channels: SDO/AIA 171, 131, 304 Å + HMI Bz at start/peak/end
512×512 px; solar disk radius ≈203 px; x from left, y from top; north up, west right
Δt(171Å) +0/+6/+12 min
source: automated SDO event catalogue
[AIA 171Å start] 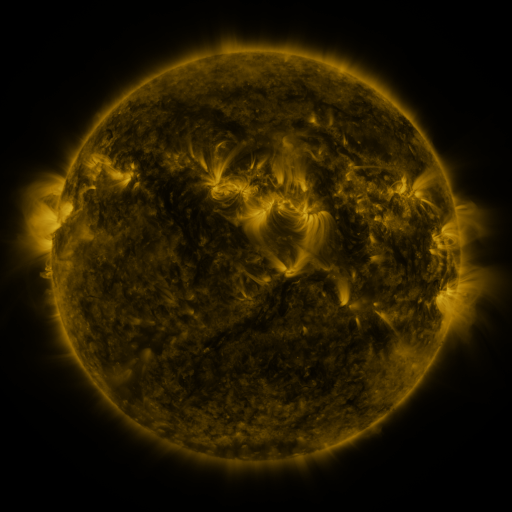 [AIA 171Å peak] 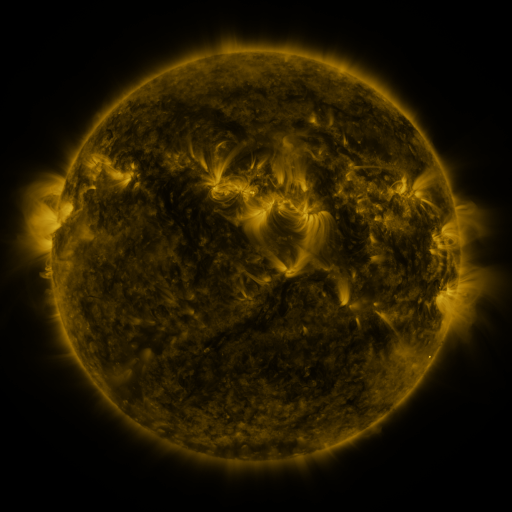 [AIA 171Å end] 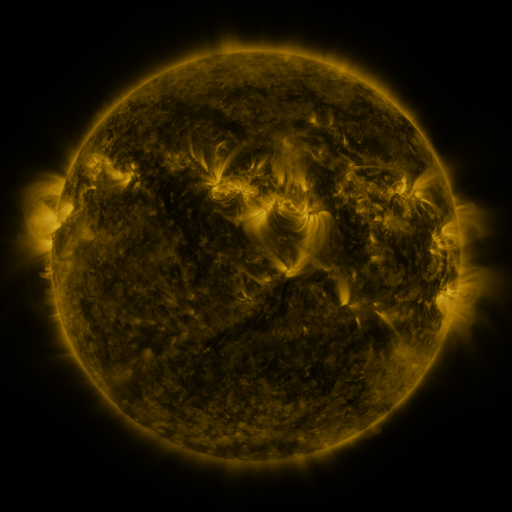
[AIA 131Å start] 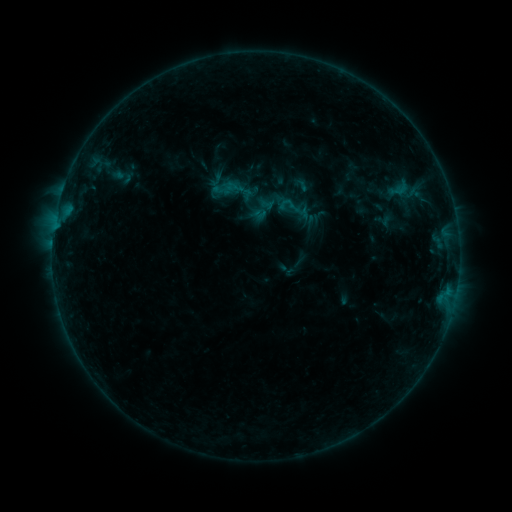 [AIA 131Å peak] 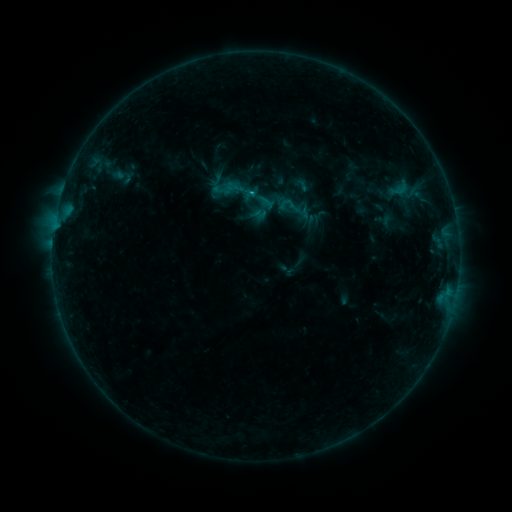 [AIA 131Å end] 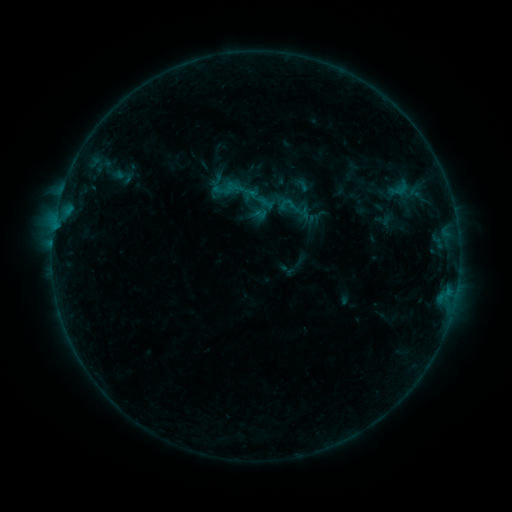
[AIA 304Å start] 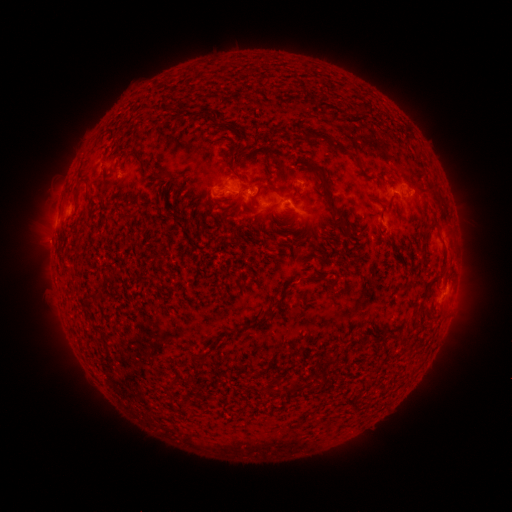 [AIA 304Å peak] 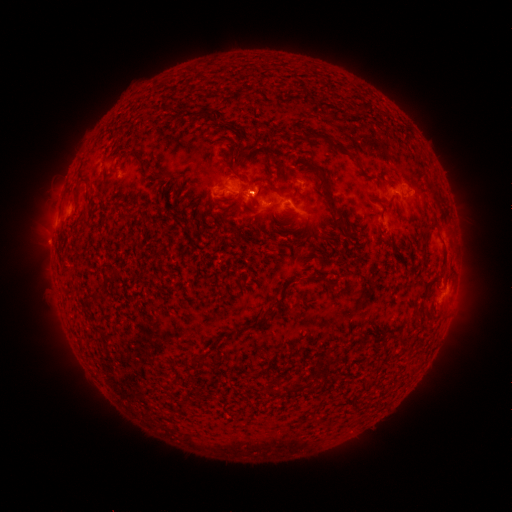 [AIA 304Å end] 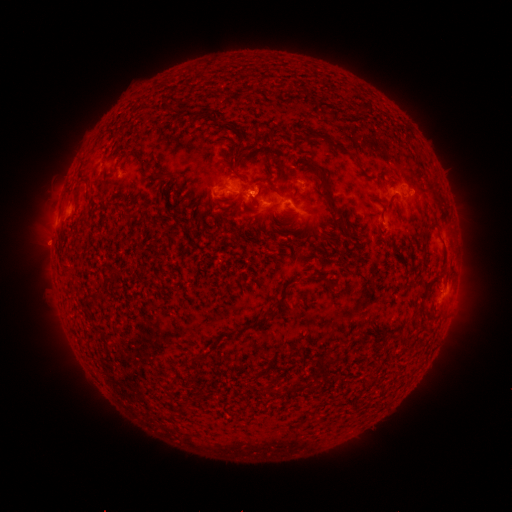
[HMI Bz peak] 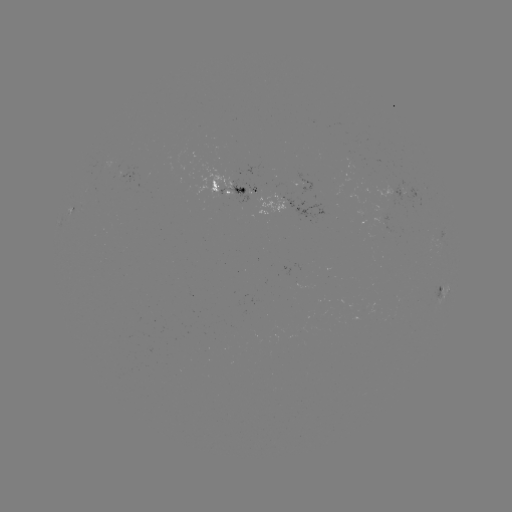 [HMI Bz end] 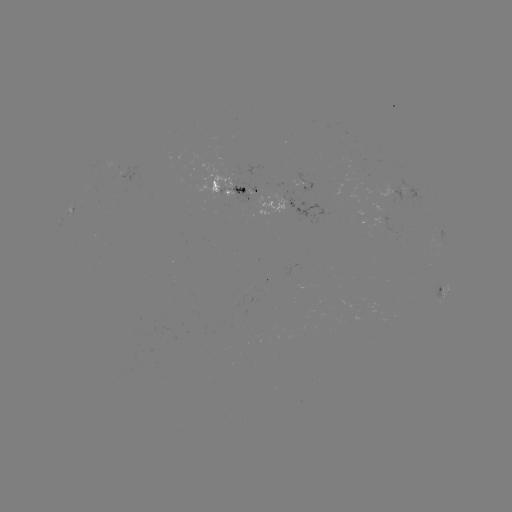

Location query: B4.7 flare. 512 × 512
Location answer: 252,194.